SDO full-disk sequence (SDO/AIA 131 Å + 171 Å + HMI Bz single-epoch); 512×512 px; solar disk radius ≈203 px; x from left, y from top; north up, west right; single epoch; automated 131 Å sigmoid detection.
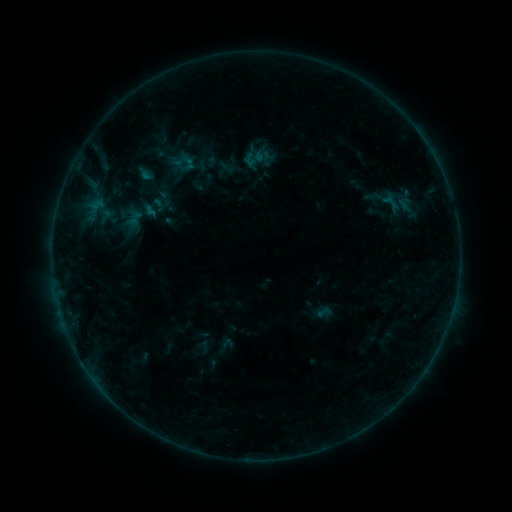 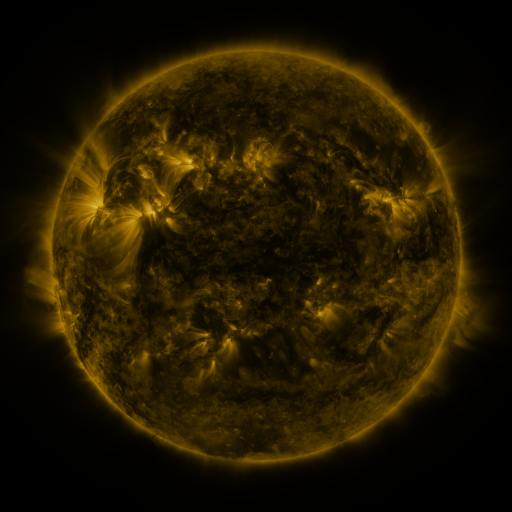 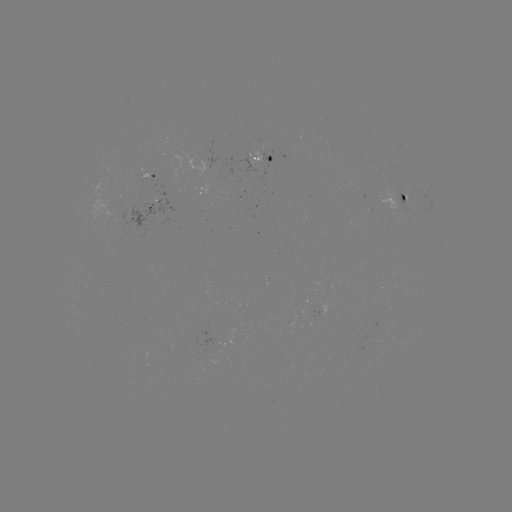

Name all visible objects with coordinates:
sigmoid: [149, 196, 167, 213]
sigmoid: [315, 303, 332, 320]
